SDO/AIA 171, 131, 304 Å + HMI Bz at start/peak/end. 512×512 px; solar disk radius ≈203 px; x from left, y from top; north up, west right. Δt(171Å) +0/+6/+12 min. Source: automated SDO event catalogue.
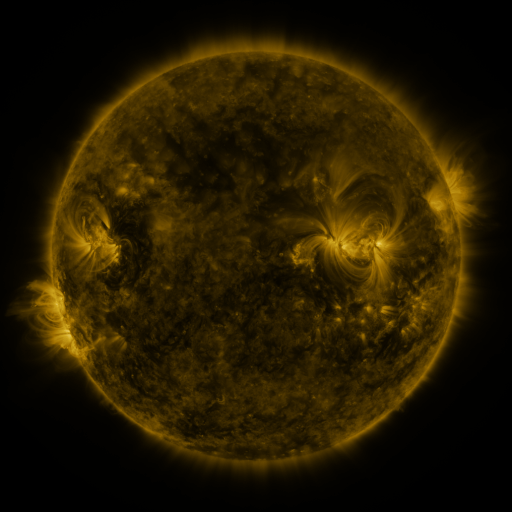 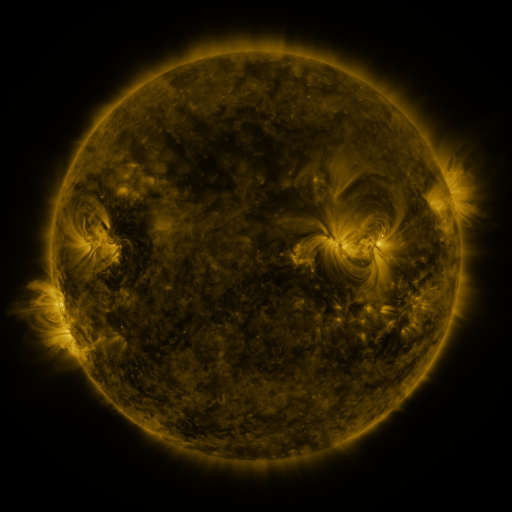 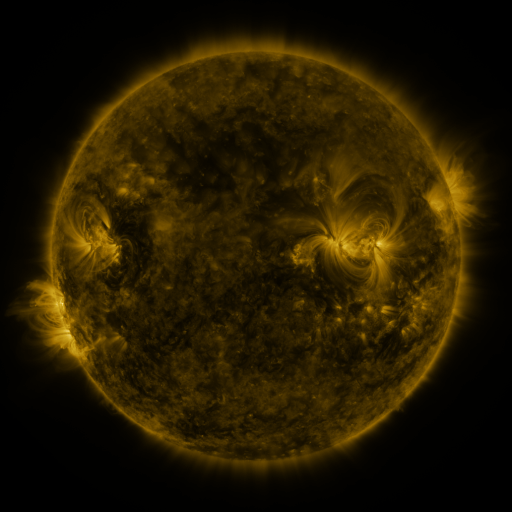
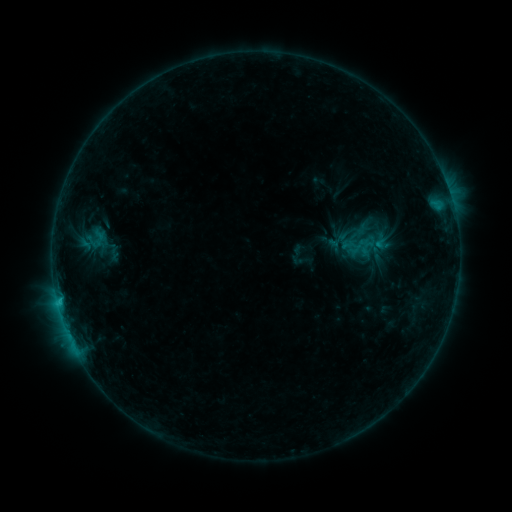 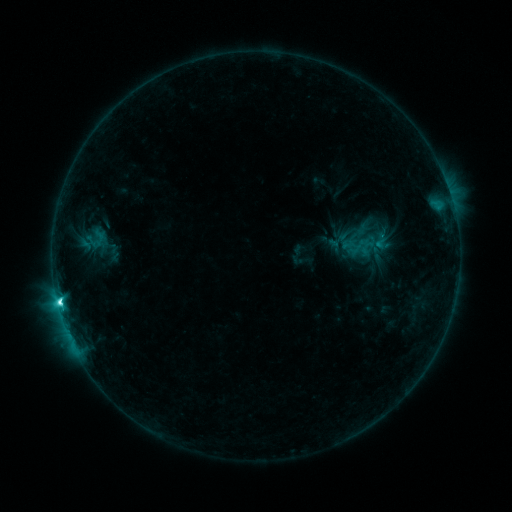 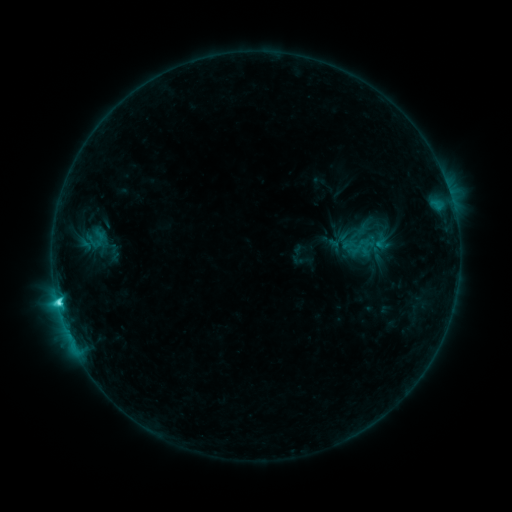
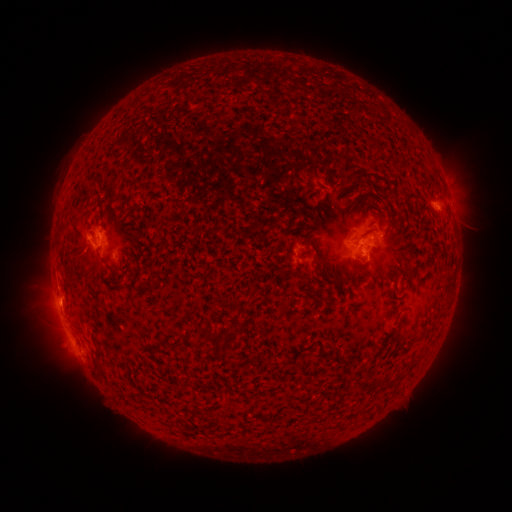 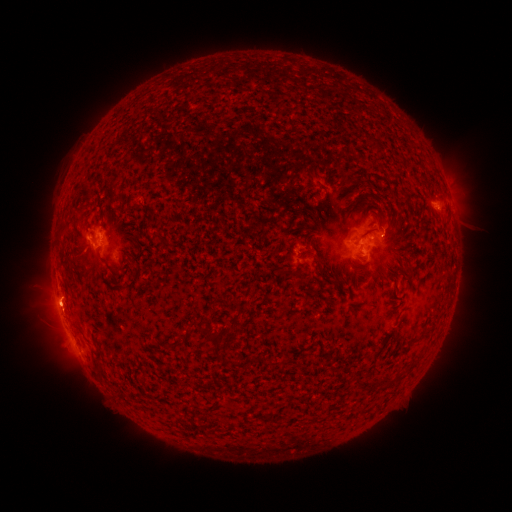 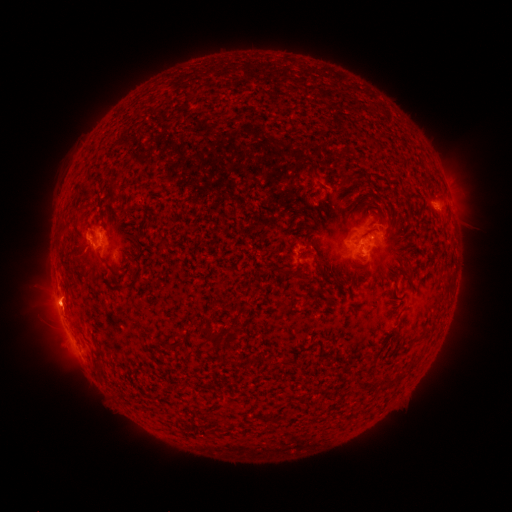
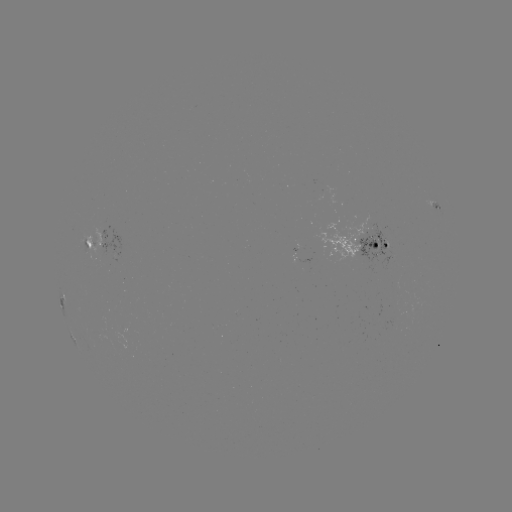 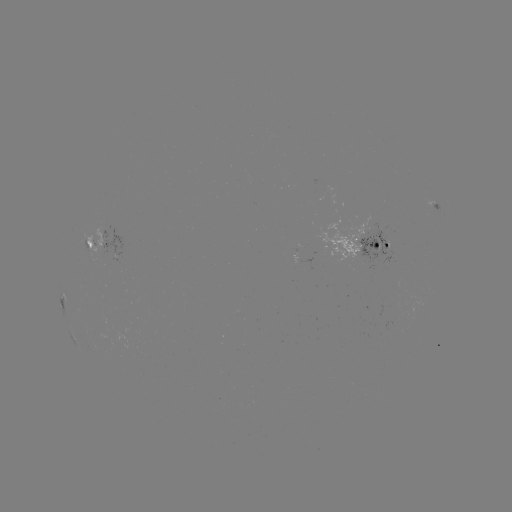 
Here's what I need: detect C4.4 flare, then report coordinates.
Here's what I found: C4.4 flare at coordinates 60,300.